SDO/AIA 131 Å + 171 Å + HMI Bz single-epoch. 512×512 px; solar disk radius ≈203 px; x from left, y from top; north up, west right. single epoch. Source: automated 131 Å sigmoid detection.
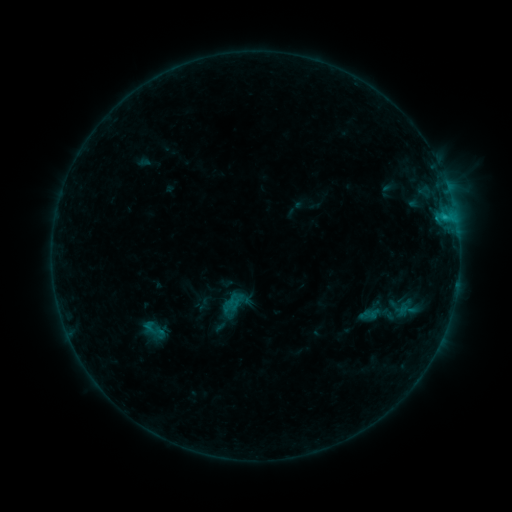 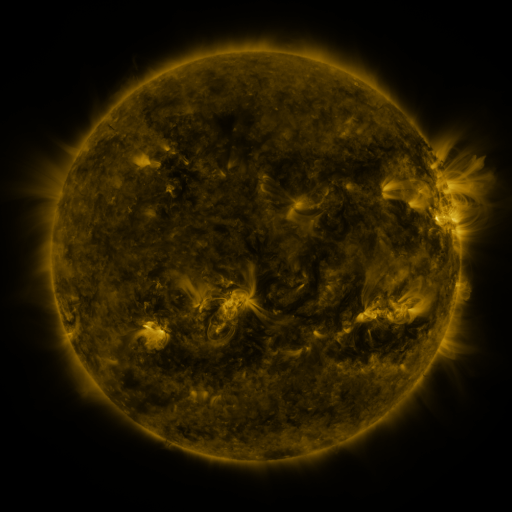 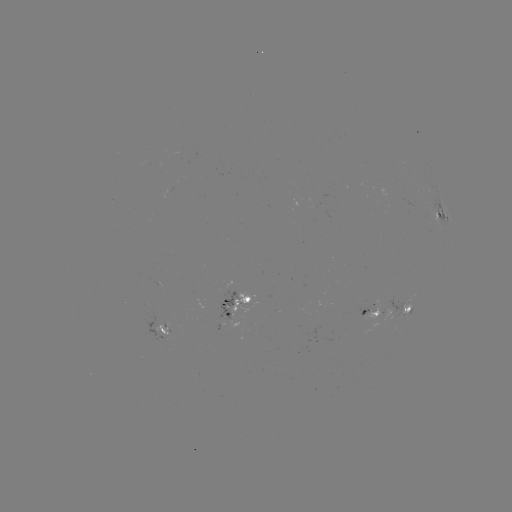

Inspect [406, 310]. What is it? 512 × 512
sigmoid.